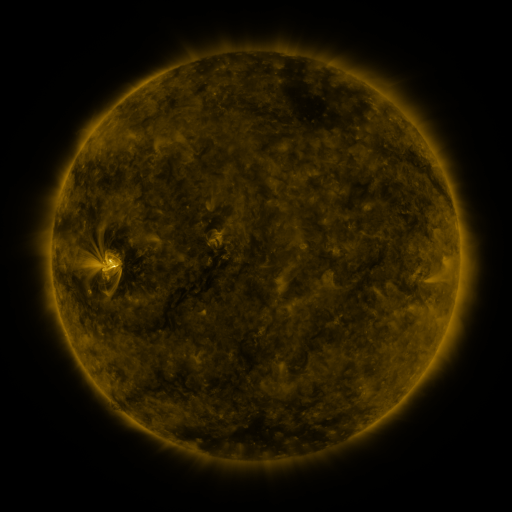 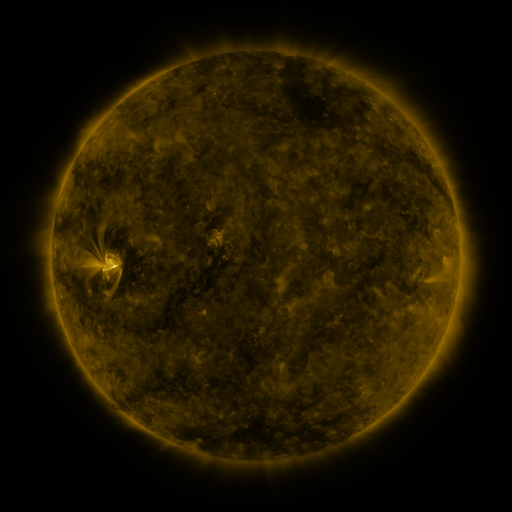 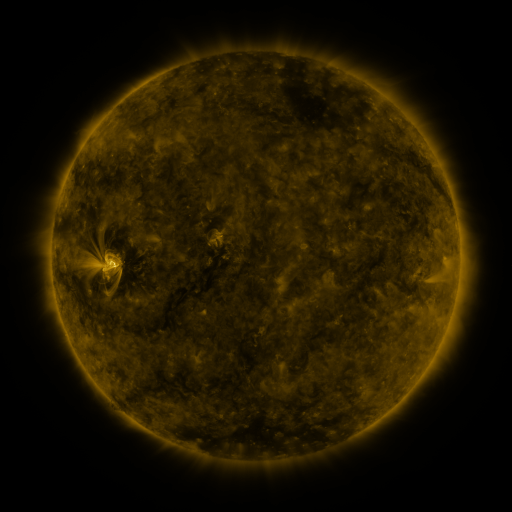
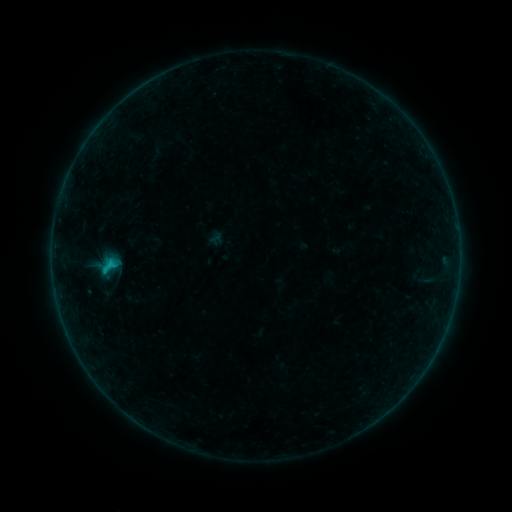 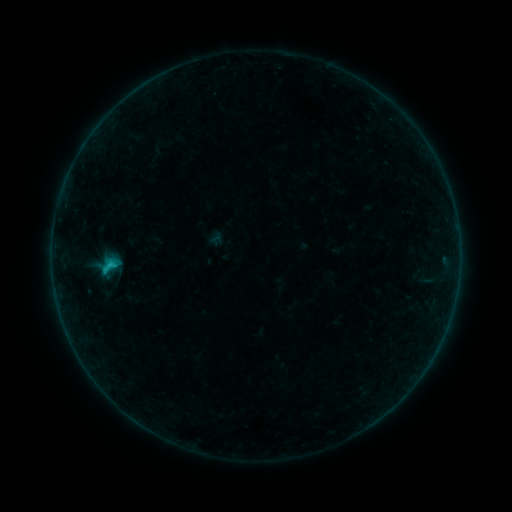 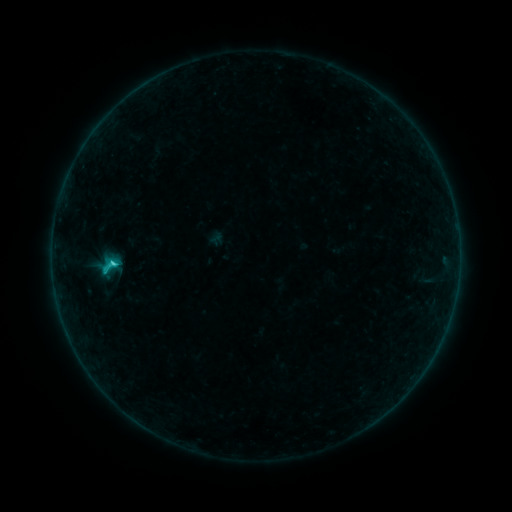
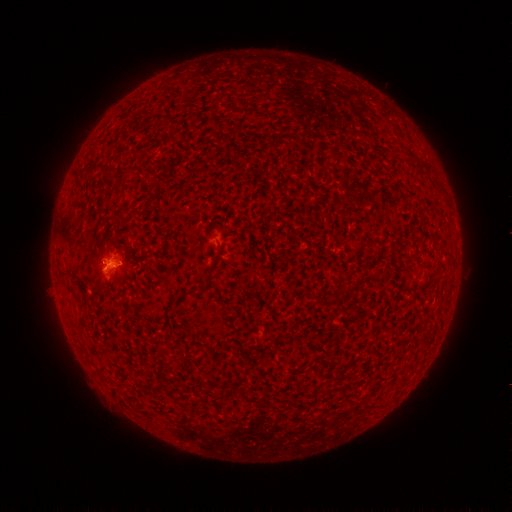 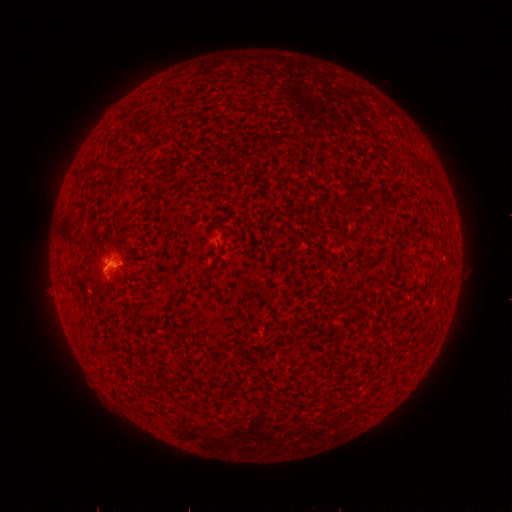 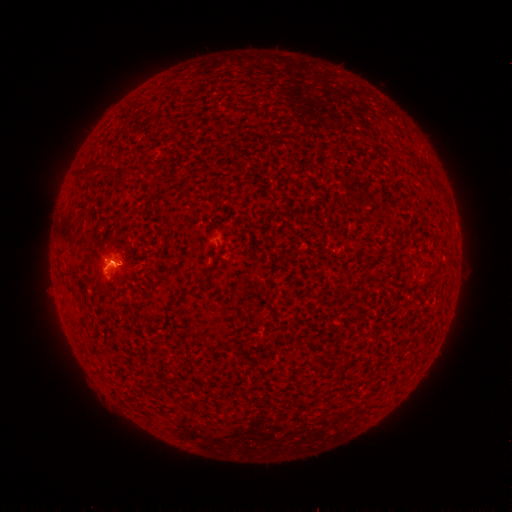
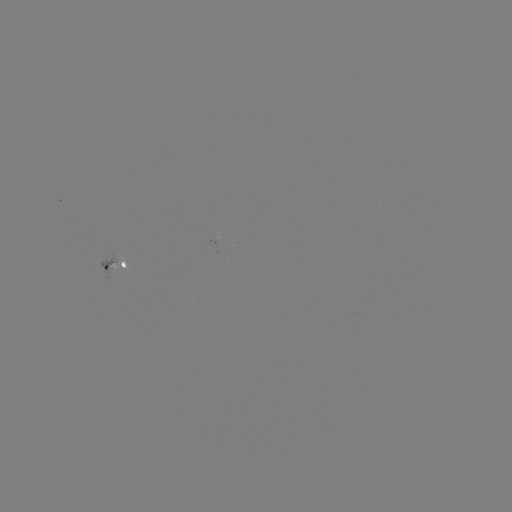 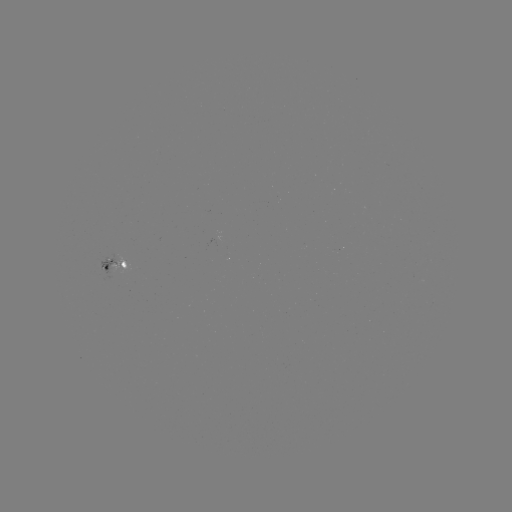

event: flare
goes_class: C1.7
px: (115, 260)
